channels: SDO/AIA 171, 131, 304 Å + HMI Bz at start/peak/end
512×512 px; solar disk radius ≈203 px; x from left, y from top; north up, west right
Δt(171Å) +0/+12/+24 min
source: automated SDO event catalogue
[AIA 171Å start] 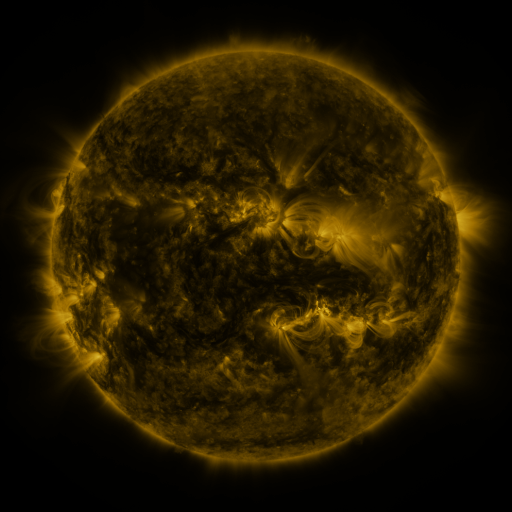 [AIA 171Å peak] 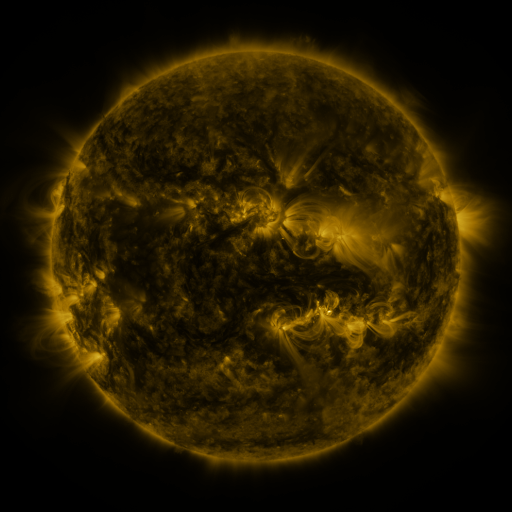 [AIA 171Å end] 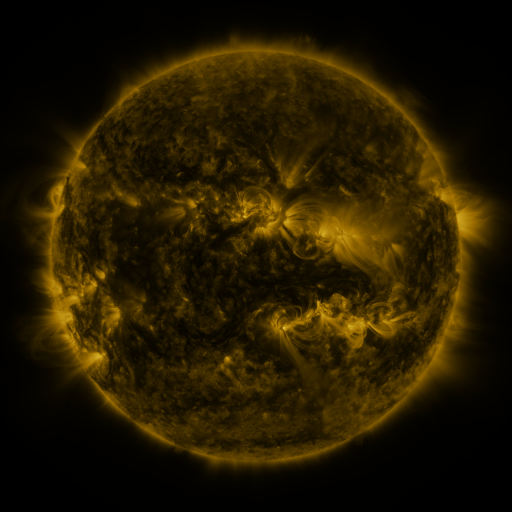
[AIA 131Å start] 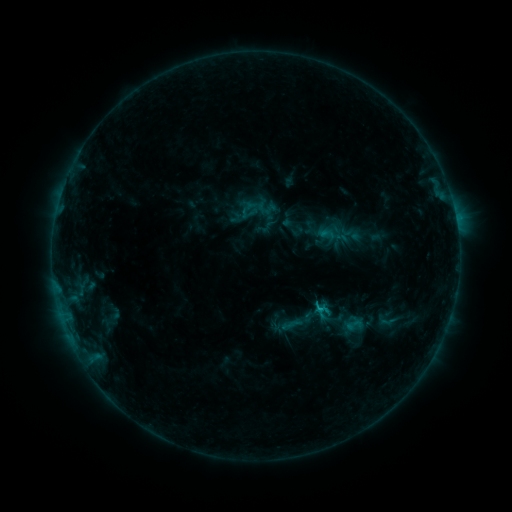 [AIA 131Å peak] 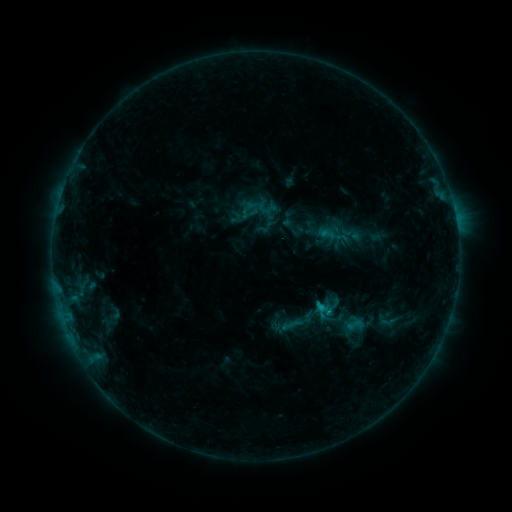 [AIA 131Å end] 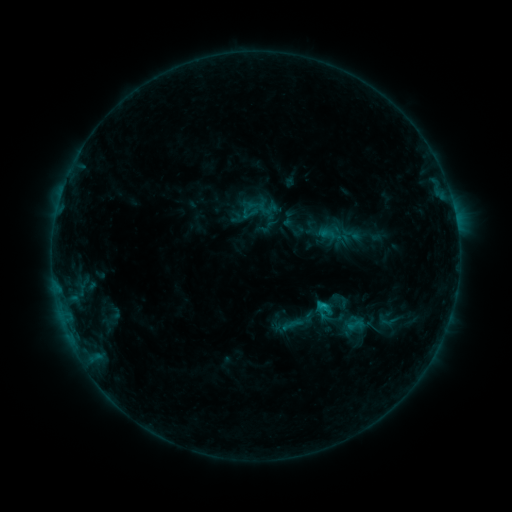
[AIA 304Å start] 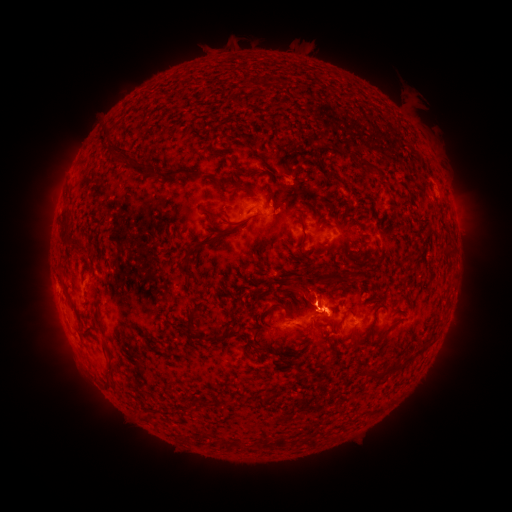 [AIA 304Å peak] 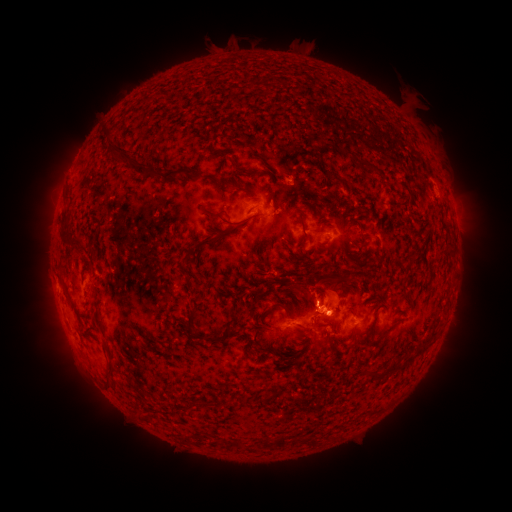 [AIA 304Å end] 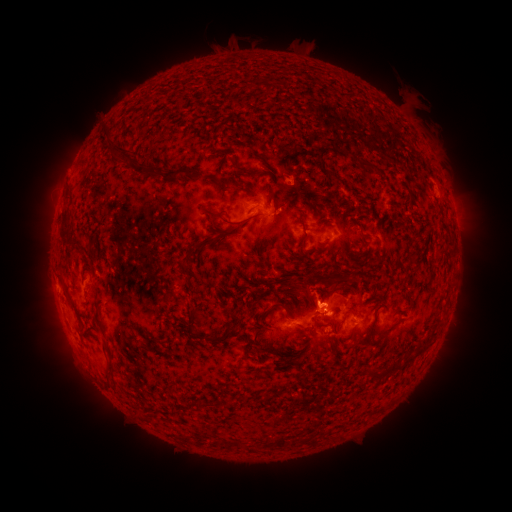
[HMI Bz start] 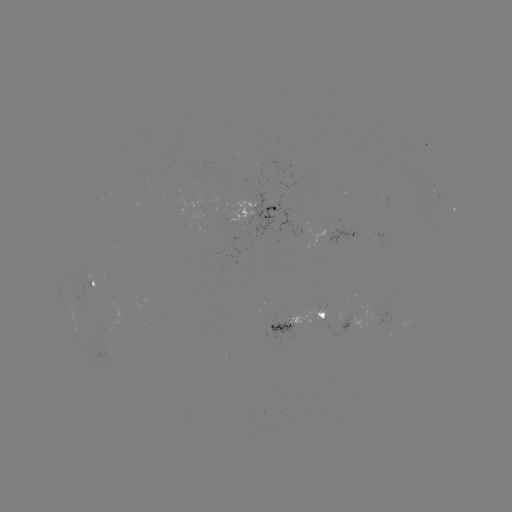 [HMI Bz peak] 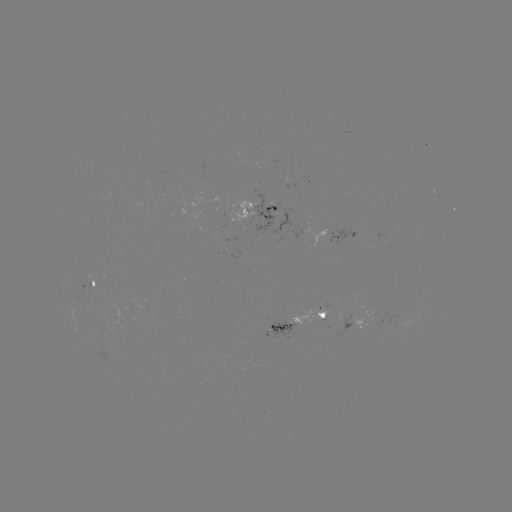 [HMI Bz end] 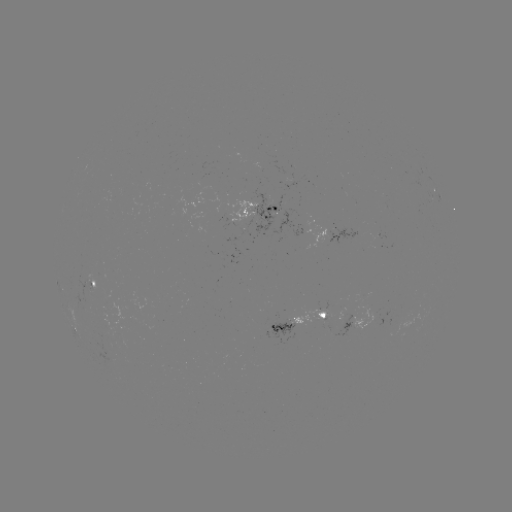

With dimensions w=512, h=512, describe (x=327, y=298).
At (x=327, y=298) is eruption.